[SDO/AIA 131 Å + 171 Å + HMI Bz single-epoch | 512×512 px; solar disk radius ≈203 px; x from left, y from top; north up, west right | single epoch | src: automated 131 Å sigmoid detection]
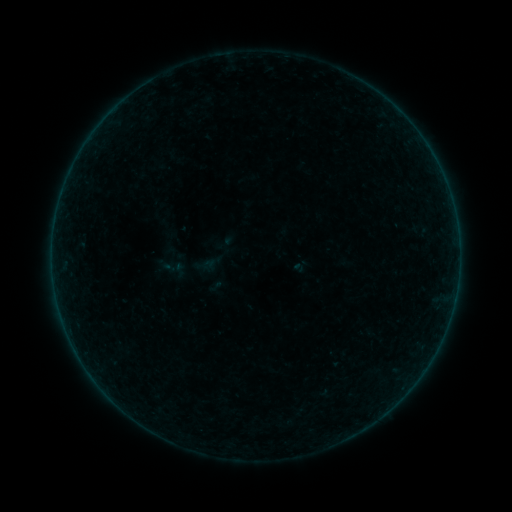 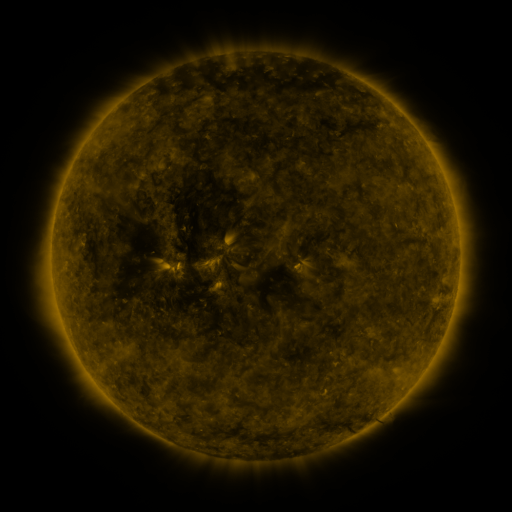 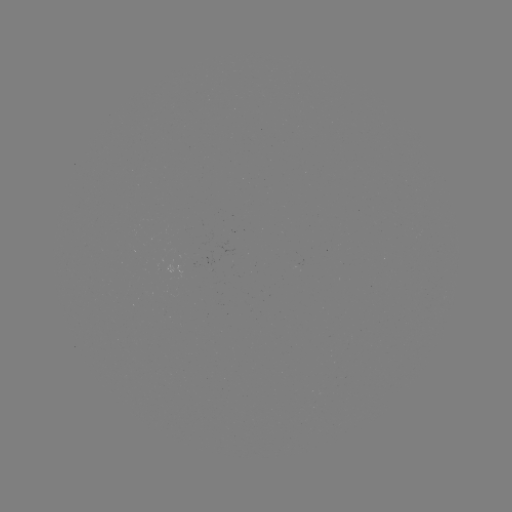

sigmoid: <bbox>172, 261, 188, 278</bbox>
